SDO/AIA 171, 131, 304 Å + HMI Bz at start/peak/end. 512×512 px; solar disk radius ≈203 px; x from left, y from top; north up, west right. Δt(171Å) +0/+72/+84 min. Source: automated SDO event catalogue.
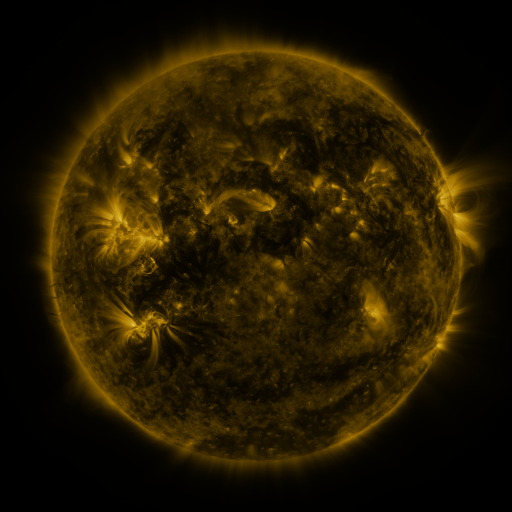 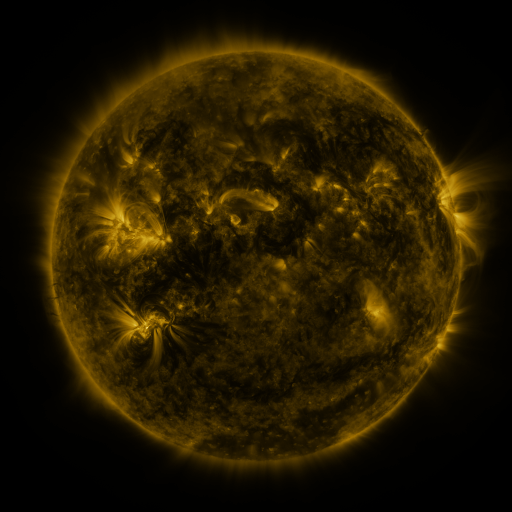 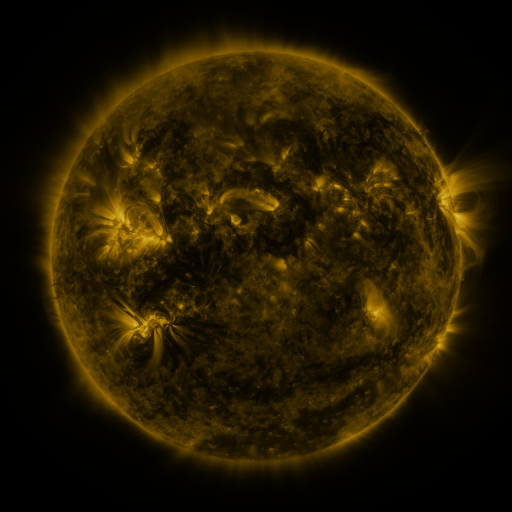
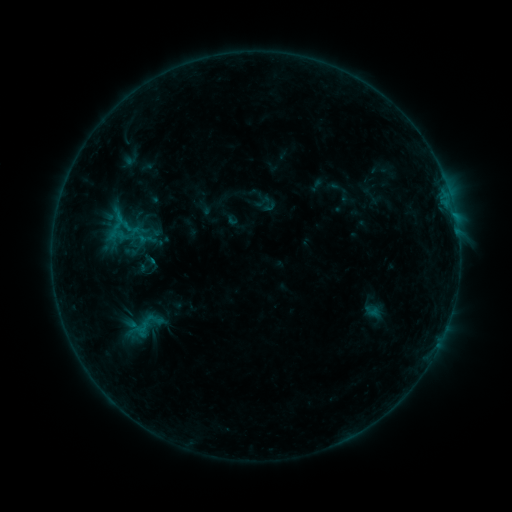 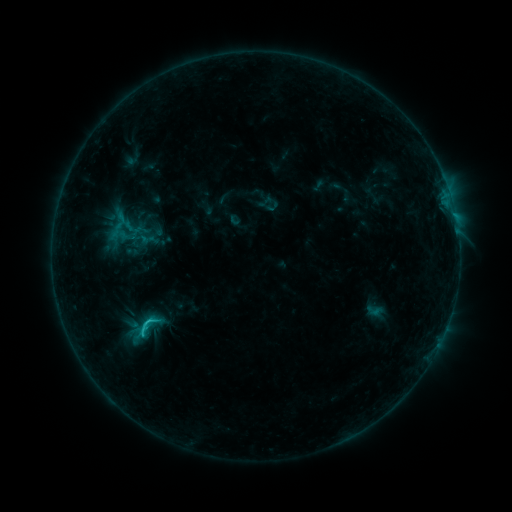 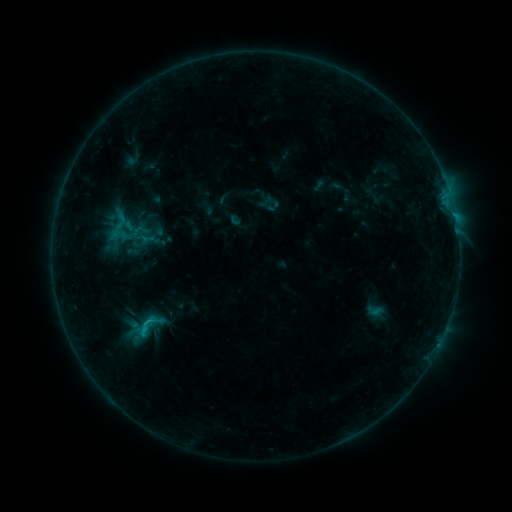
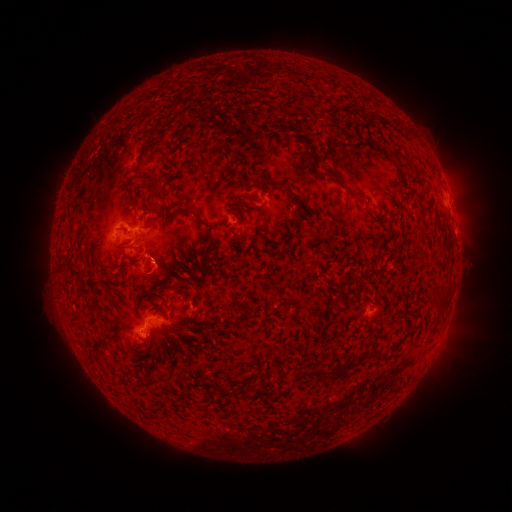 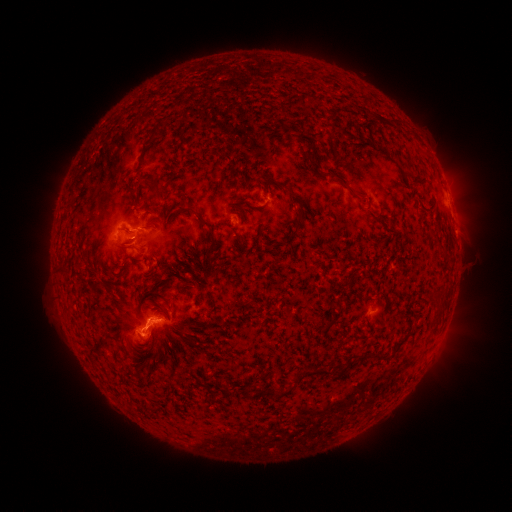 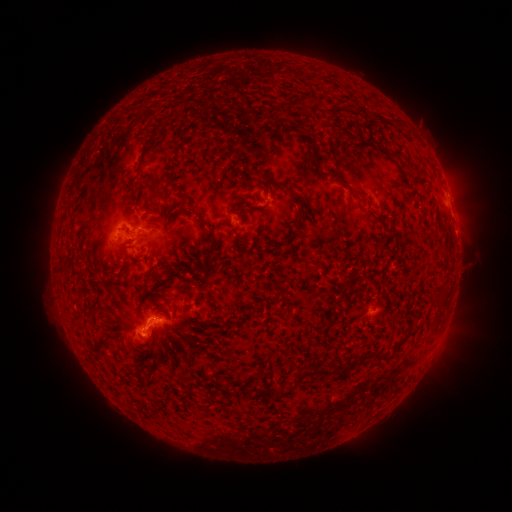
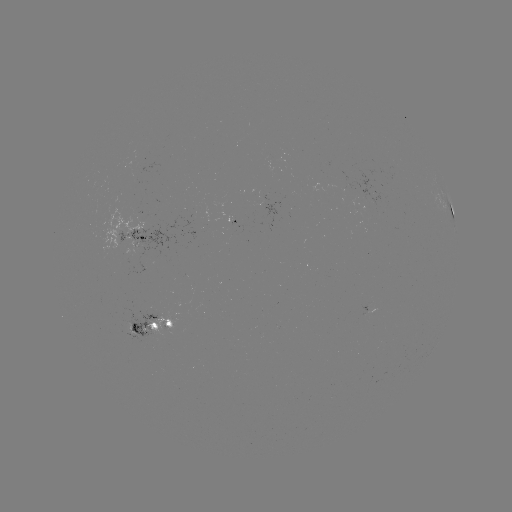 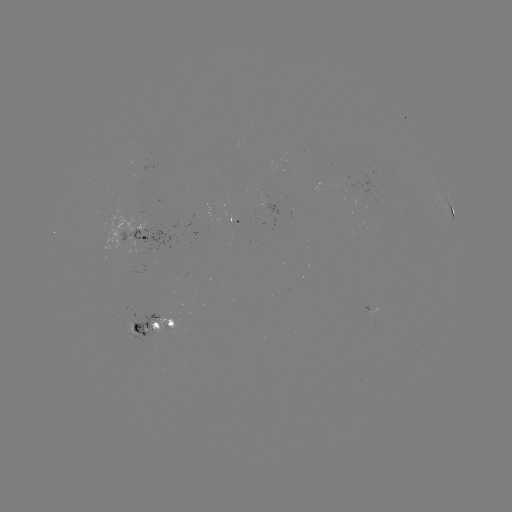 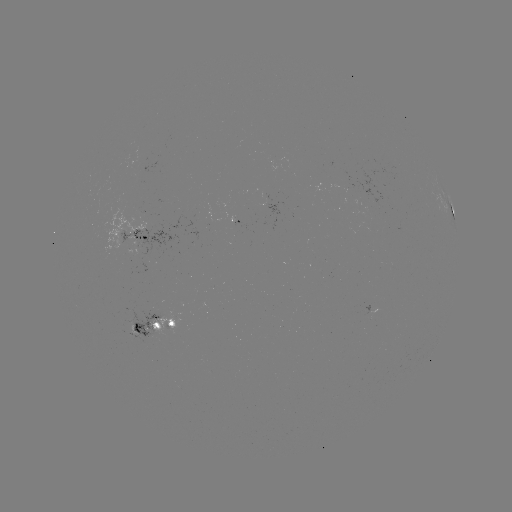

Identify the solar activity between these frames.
C1.5 flare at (151, 319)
